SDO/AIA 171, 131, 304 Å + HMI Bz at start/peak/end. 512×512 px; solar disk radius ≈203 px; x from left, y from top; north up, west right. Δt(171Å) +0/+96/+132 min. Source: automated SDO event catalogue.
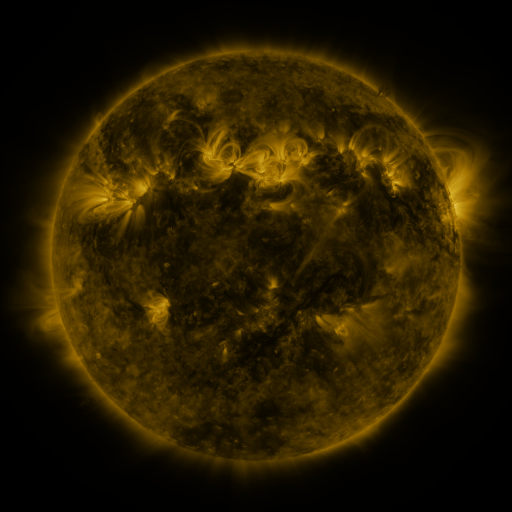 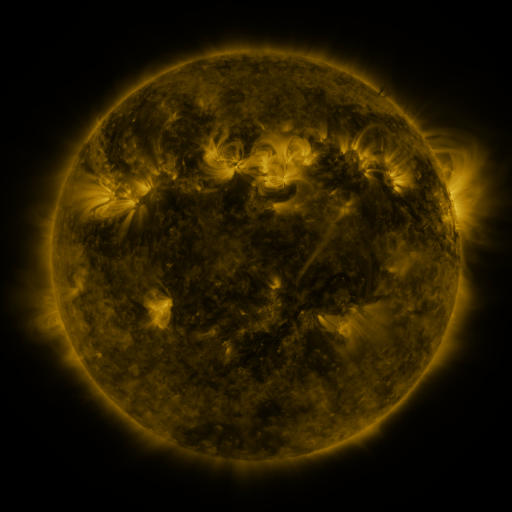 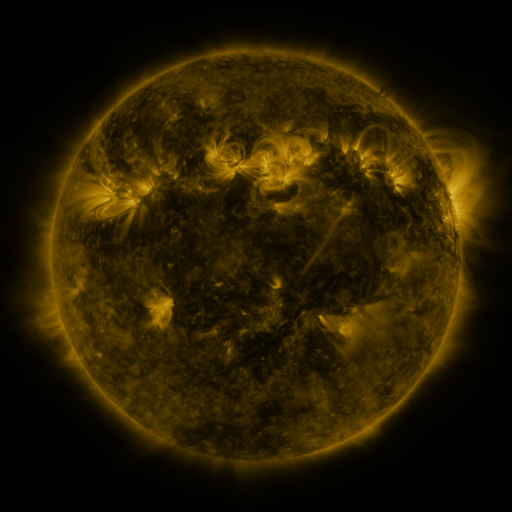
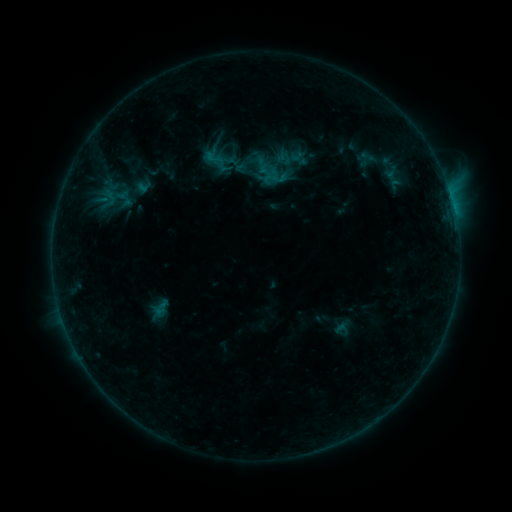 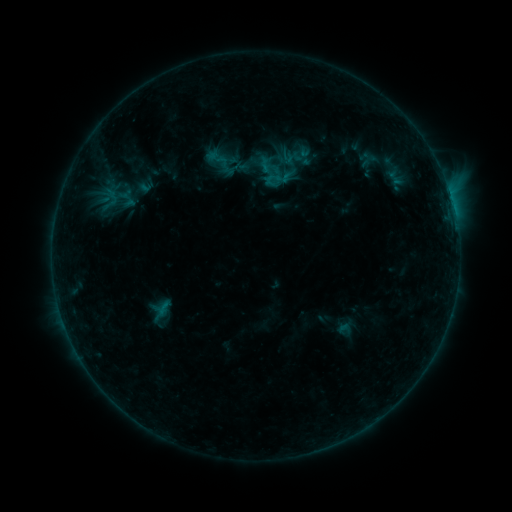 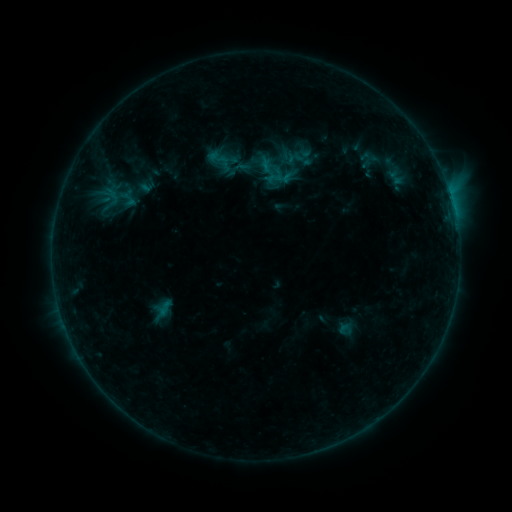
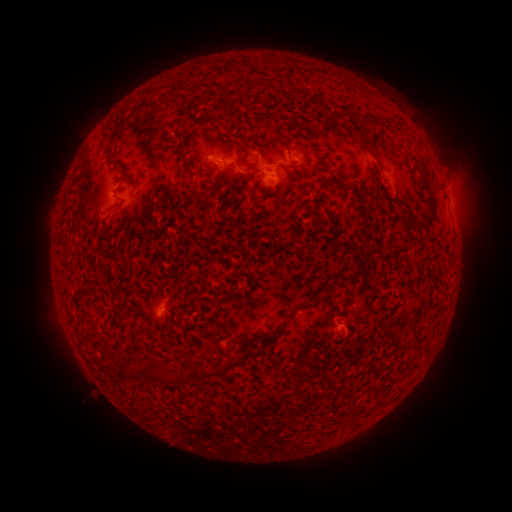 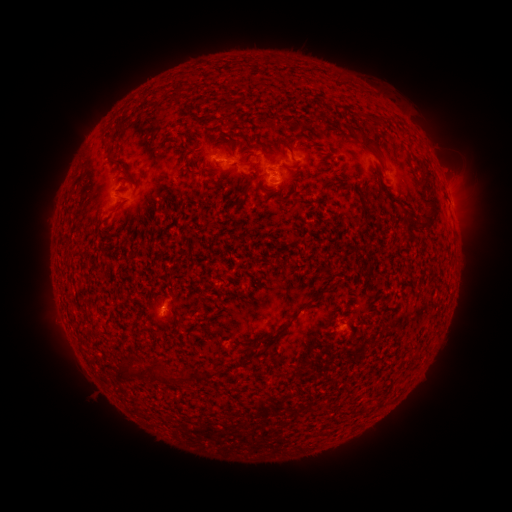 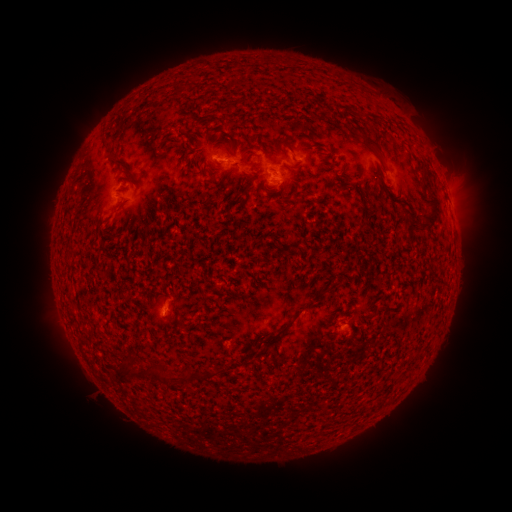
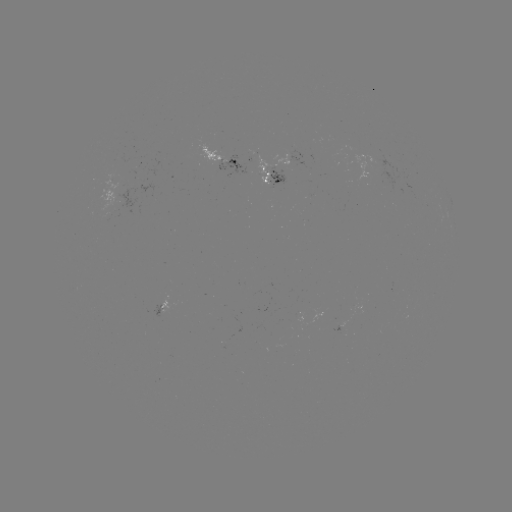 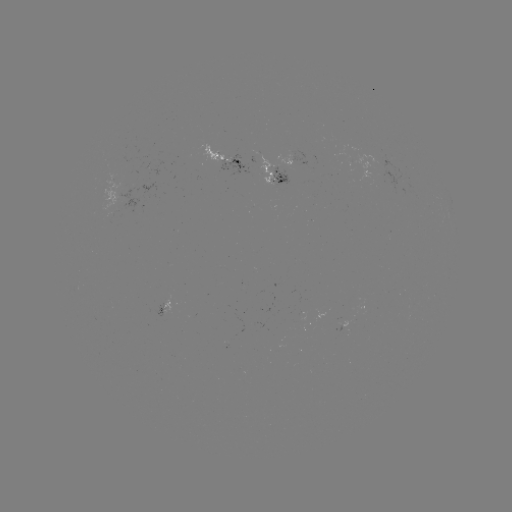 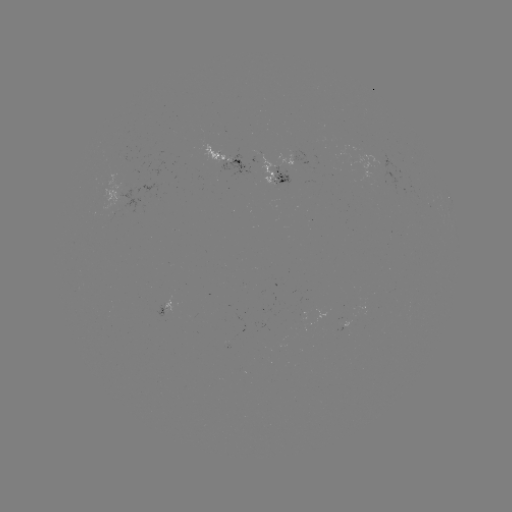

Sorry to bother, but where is emerging-flux region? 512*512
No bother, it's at [279, 172].